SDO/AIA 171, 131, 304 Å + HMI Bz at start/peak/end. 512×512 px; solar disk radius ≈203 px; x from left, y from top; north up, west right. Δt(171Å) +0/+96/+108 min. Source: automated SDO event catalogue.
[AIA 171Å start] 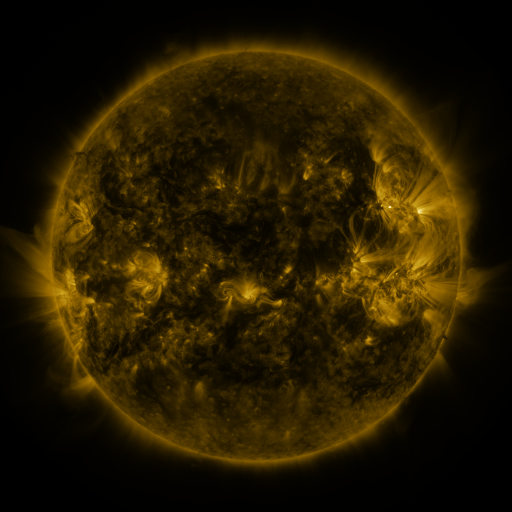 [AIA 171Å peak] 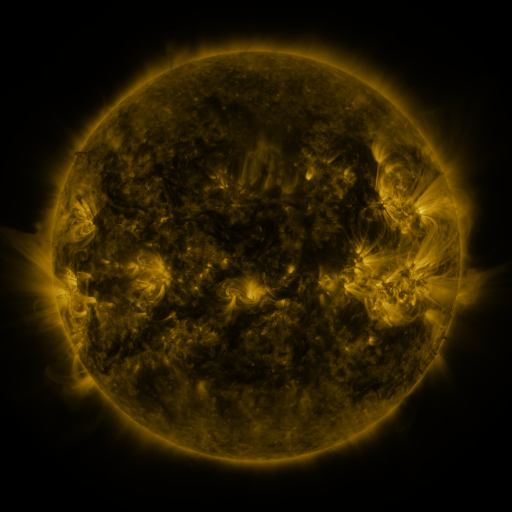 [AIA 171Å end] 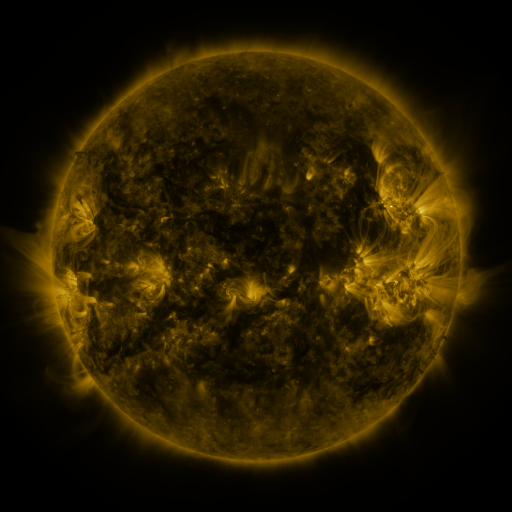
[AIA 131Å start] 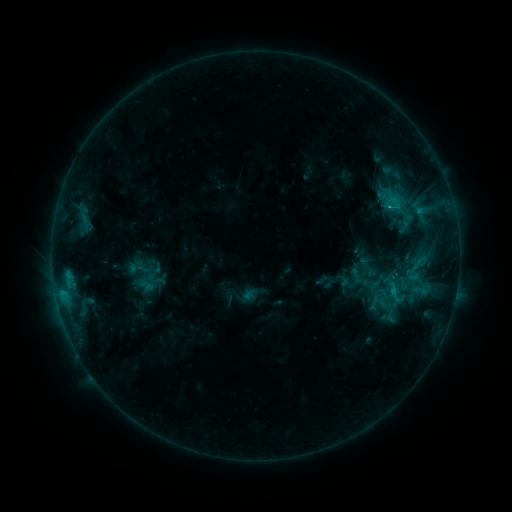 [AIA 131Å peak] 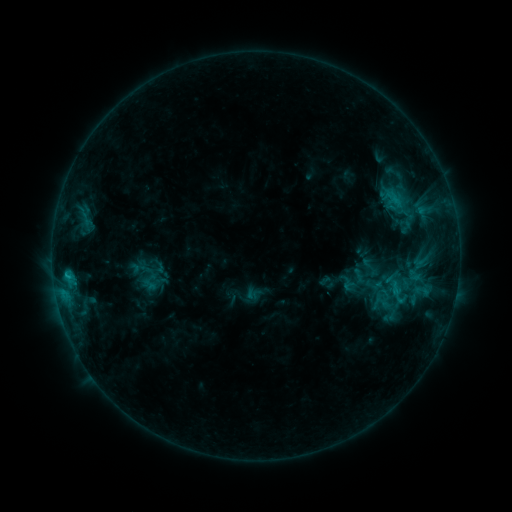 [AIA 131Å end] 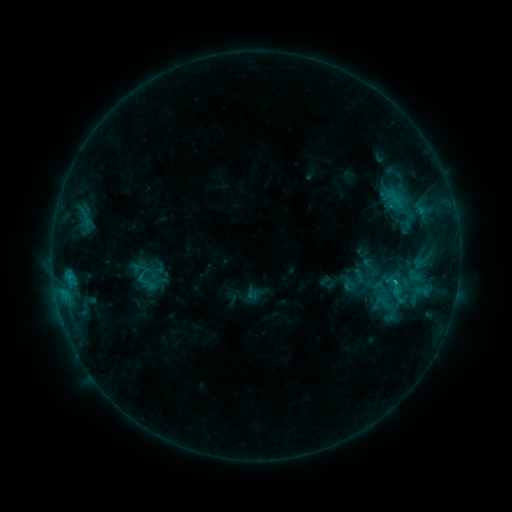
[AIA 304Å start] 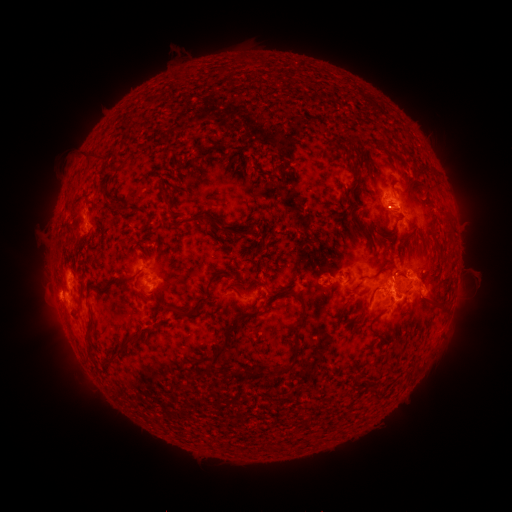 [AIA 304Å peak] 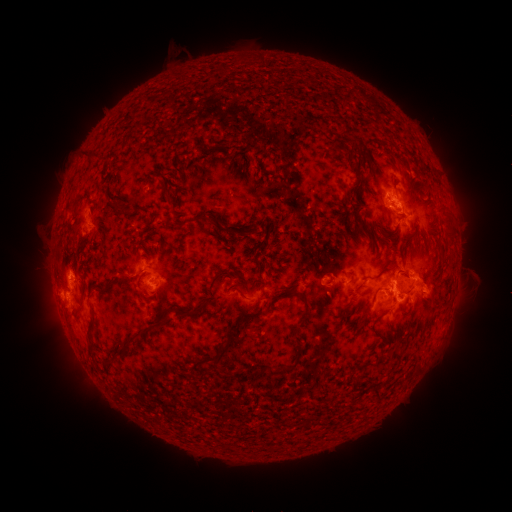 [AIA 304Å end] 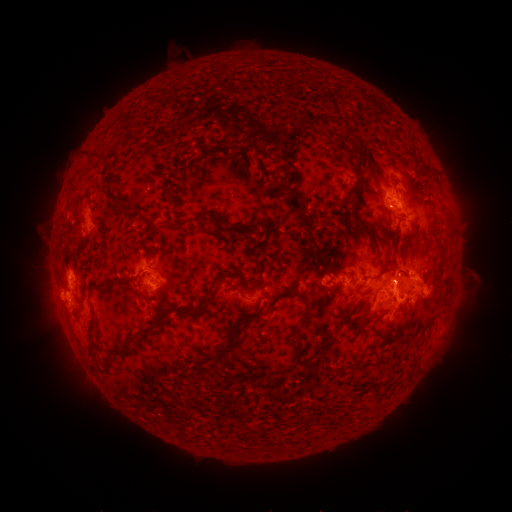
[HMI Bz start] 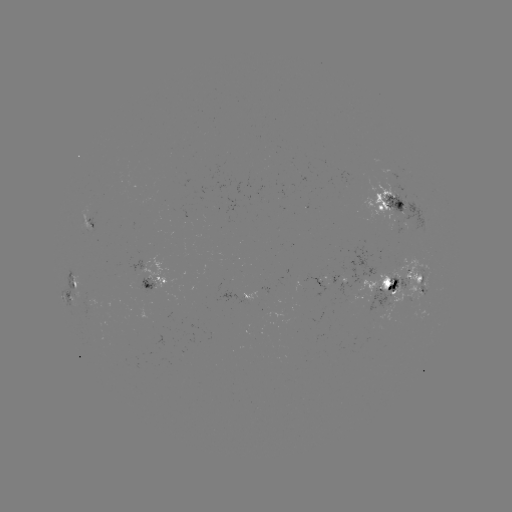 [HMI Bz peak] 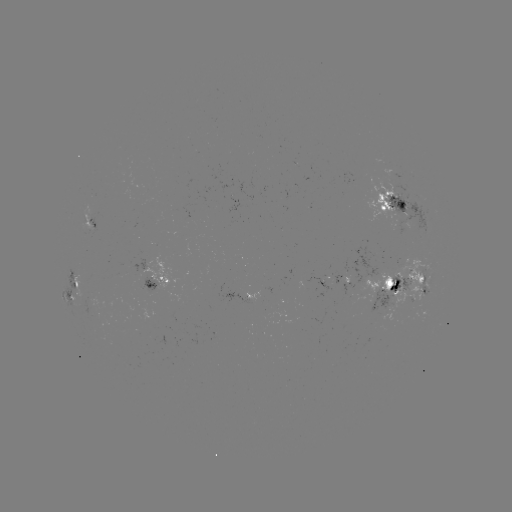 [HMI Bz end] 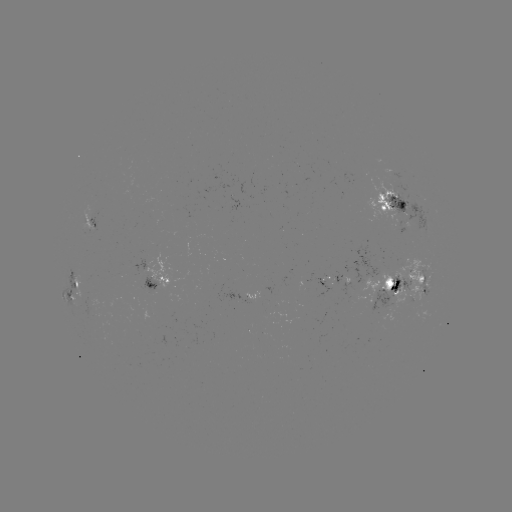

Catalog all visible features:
emerging-flux region: (92, 217)
